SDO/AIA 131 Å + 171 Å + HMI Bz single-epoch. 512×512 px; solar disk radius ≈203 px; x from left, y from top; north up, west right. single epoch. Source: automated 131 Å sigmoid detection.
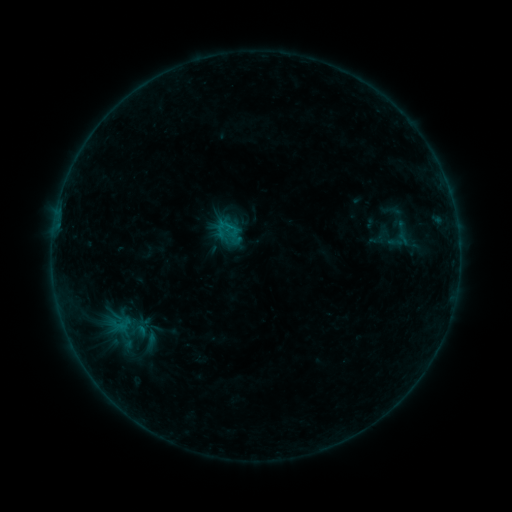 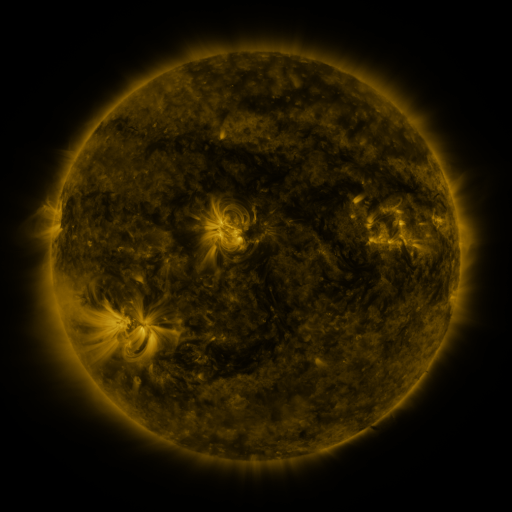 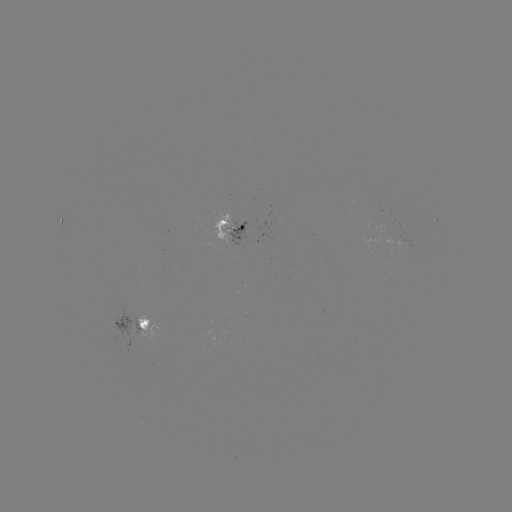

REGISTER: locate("sigmoid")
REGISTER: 125,331